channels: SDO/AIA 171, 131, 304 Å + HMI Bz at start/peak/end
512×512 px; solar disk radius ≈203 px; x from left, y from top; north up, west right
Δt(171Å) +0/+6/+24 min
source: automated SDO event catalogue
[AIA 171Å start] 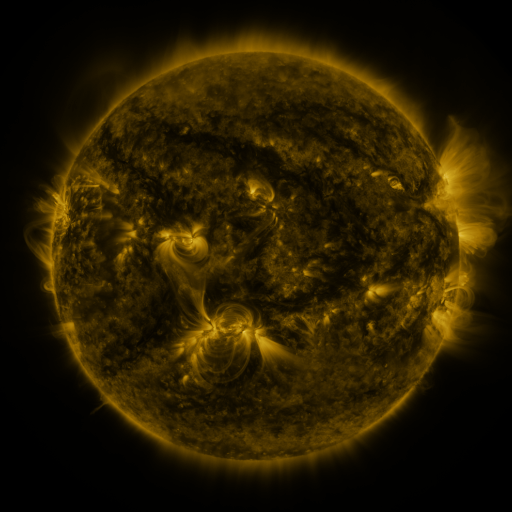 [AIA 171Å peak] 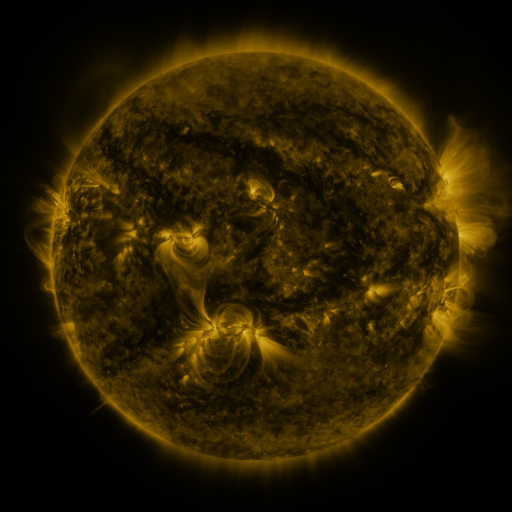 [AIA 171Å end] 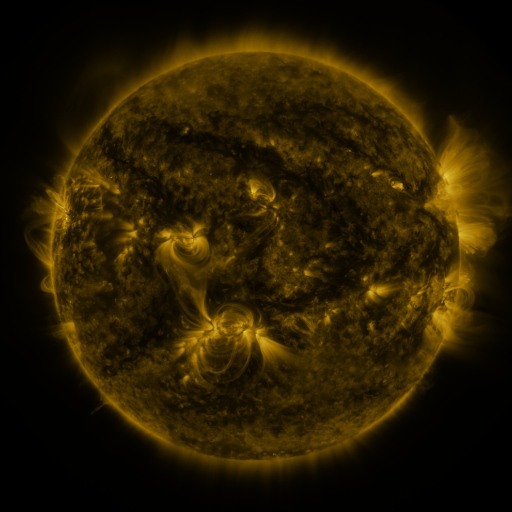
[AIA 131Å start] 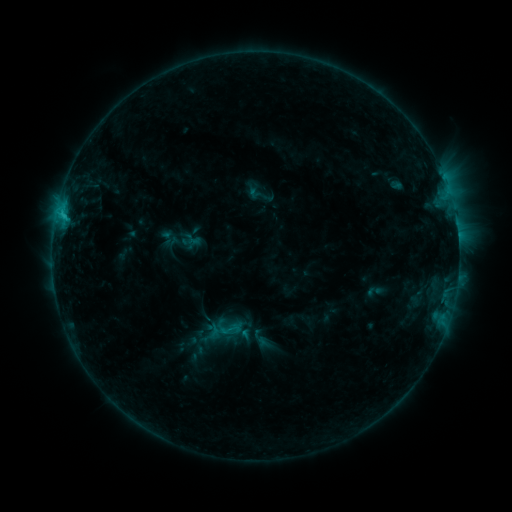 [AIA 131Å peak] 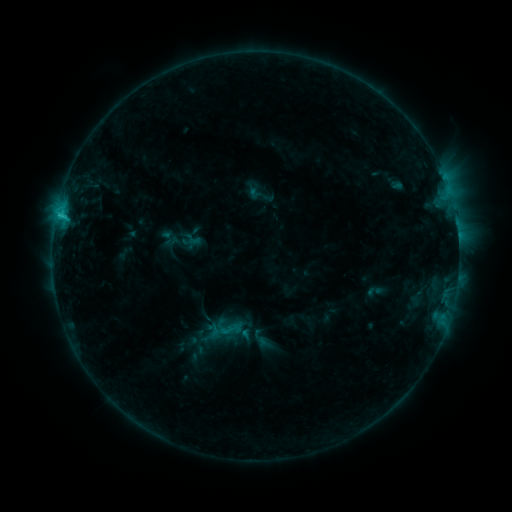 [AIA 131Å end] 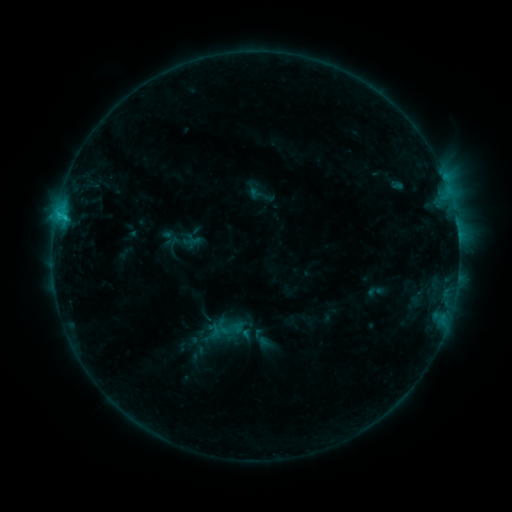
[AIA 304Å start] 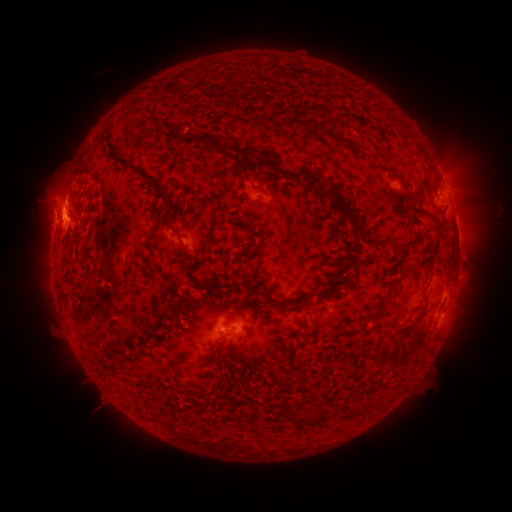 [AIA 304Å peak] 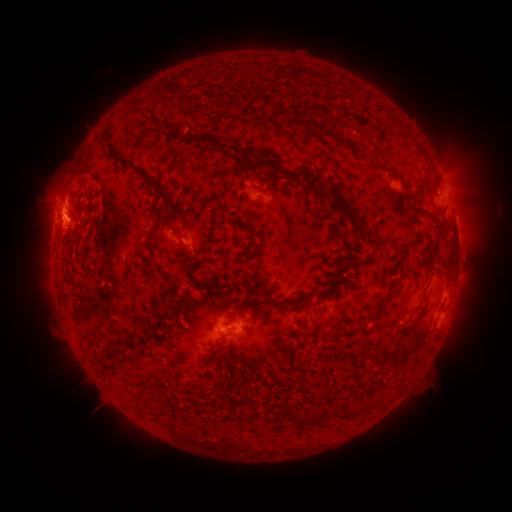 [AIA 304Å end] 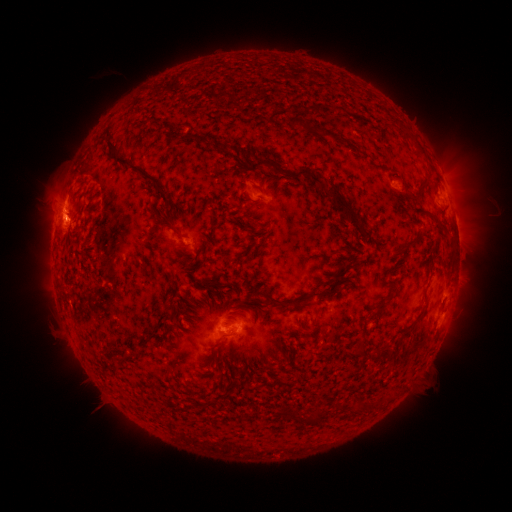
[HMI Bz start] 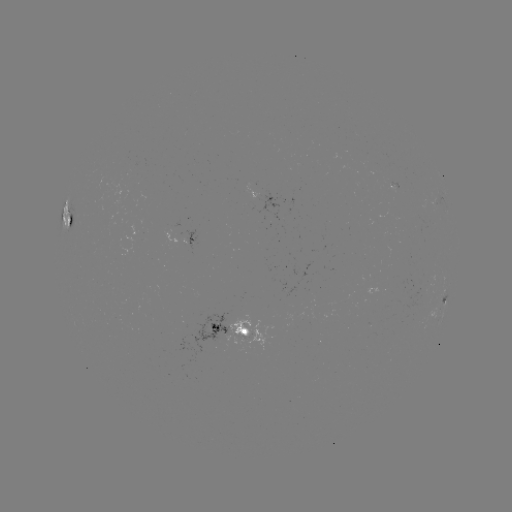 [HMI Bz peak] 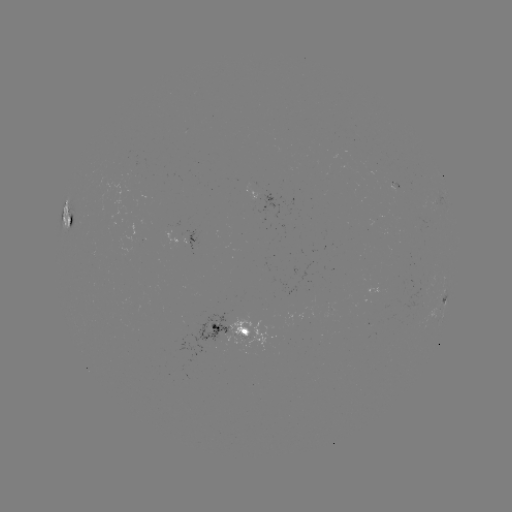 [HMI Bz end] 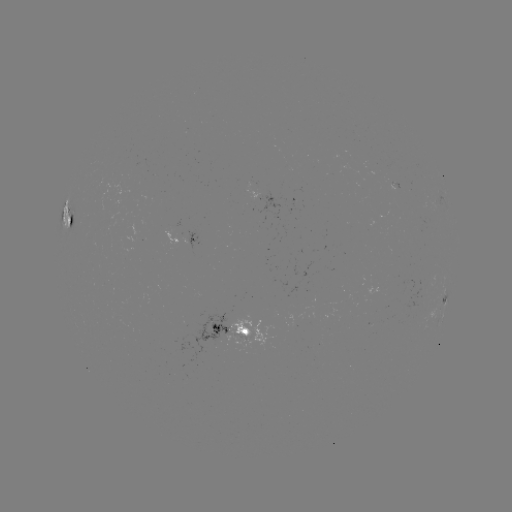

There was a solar flare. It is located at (60, 217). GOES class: C1.7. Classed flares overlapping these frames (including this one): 1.